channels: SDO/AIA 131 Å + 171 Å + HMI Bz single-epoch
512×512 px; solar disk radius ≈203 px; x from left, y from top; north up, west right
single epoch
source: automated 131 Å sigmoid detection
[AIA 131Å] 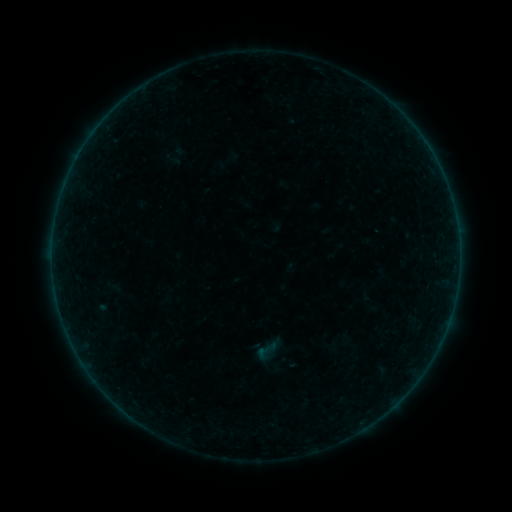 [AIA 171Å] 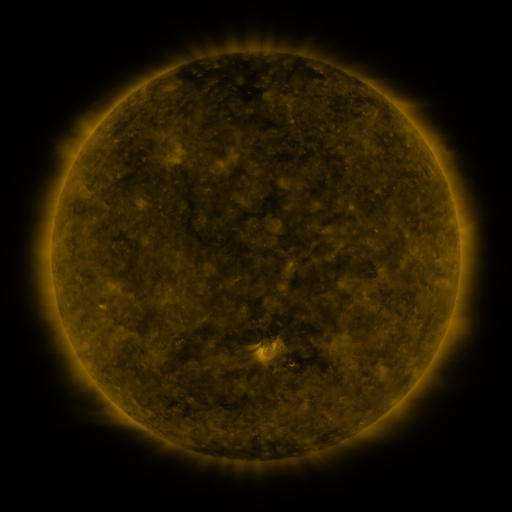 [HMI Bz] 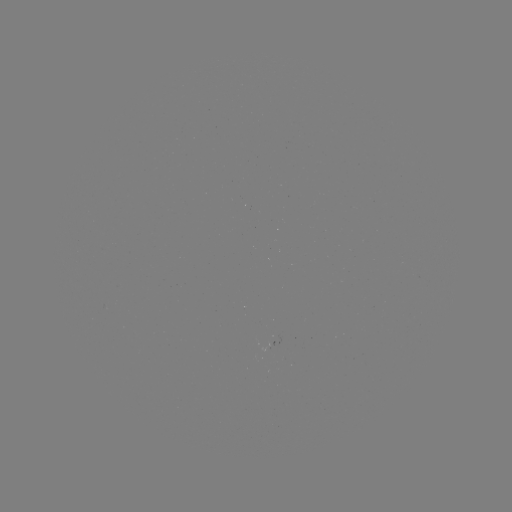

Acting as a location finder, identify sigmoid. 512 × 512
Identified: [266, 351].